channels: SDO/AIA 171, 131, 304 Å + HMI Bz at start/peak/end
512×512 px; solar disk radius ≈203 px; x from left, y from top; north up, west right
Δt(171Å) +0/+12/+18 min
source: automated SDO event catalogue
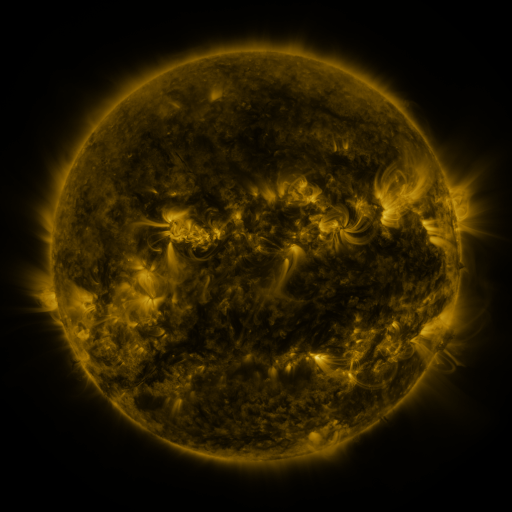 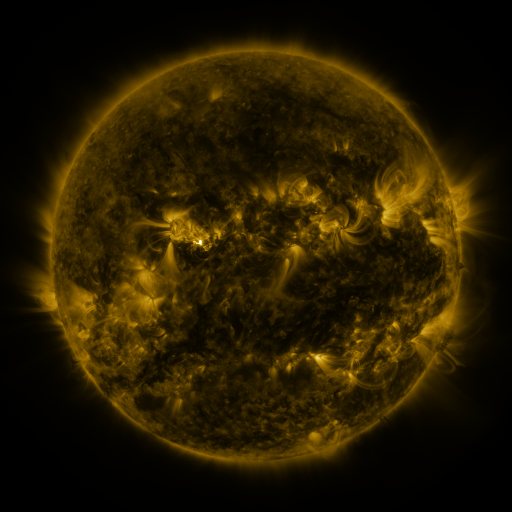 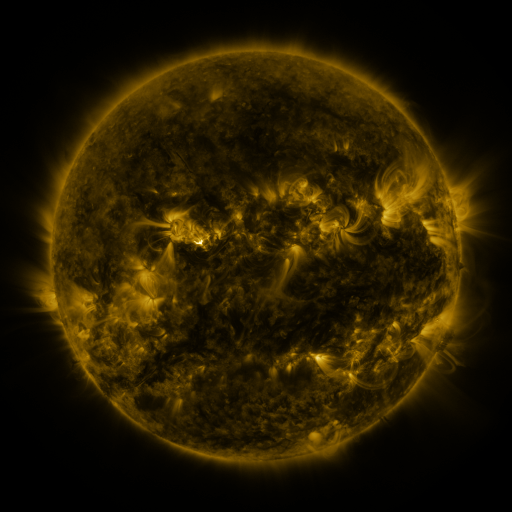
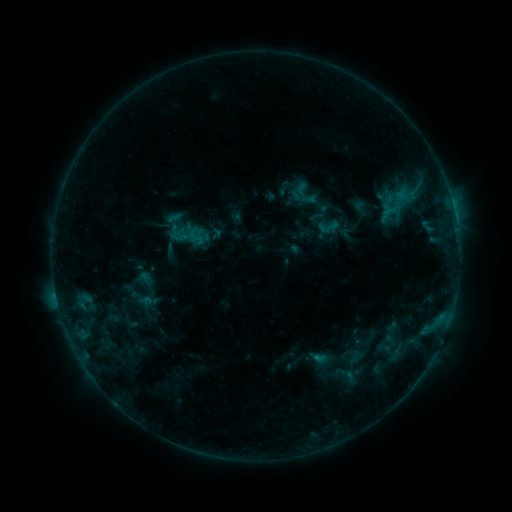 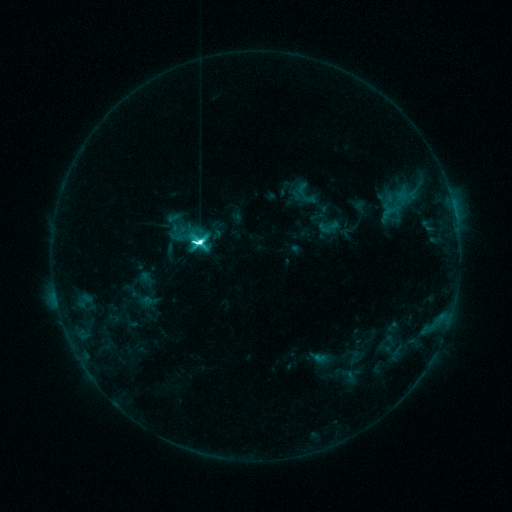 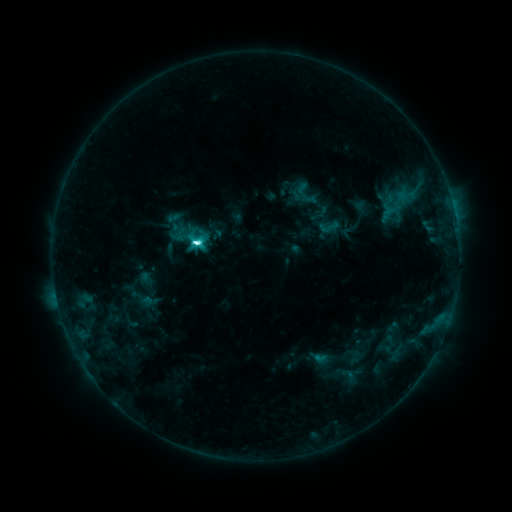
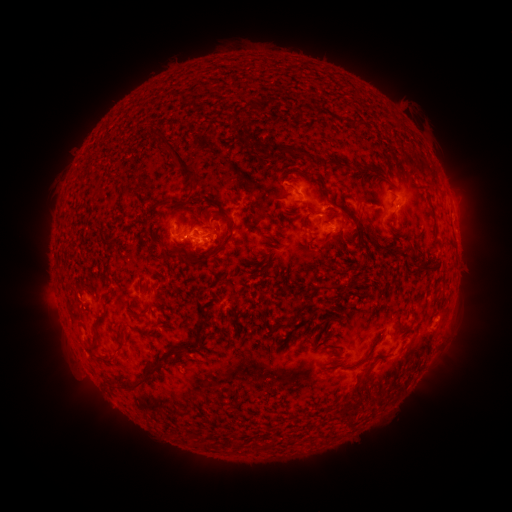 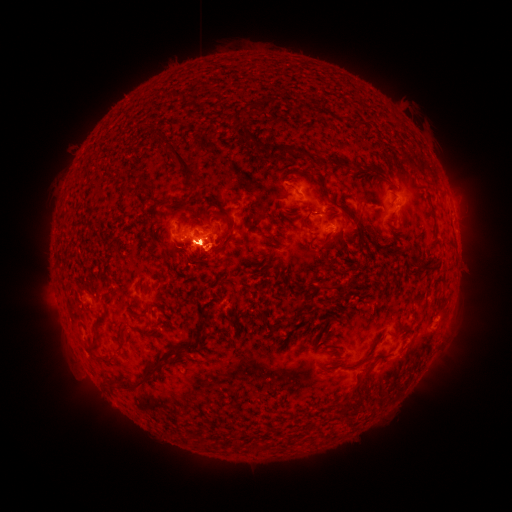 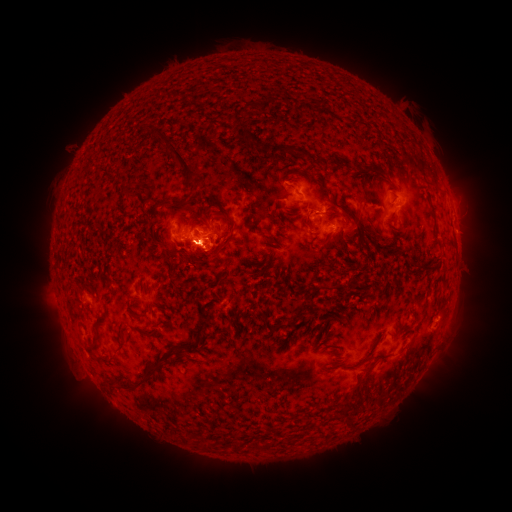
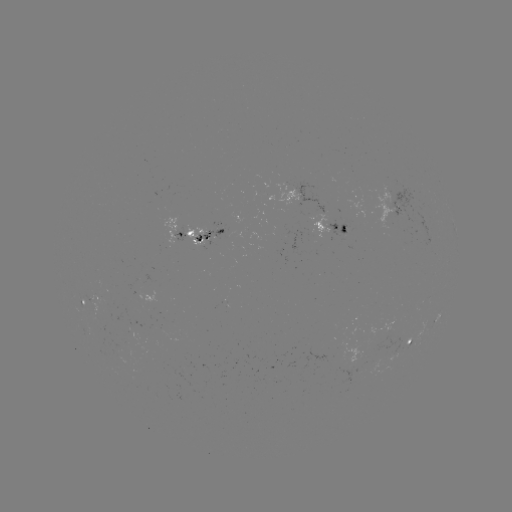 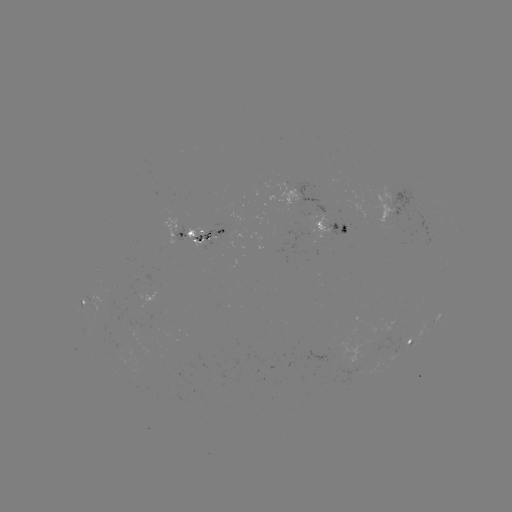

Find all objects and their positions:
M1.6 flare: (199, 245)
